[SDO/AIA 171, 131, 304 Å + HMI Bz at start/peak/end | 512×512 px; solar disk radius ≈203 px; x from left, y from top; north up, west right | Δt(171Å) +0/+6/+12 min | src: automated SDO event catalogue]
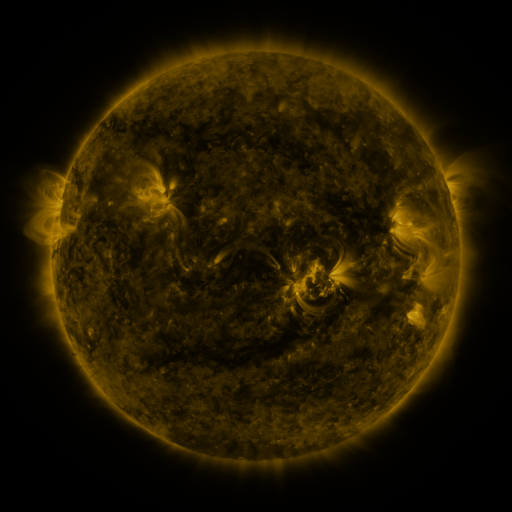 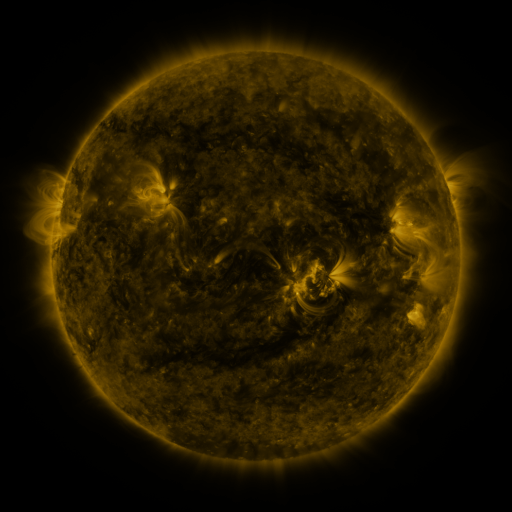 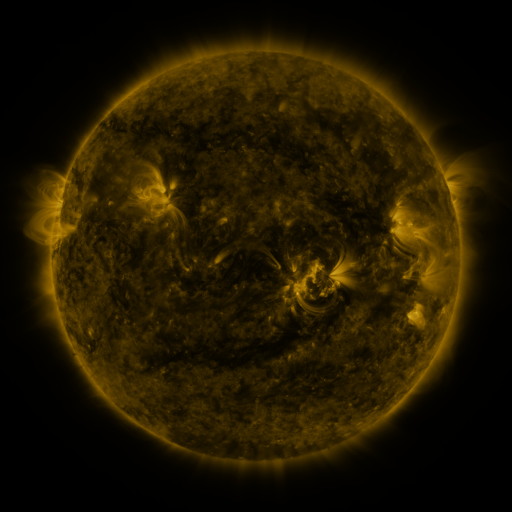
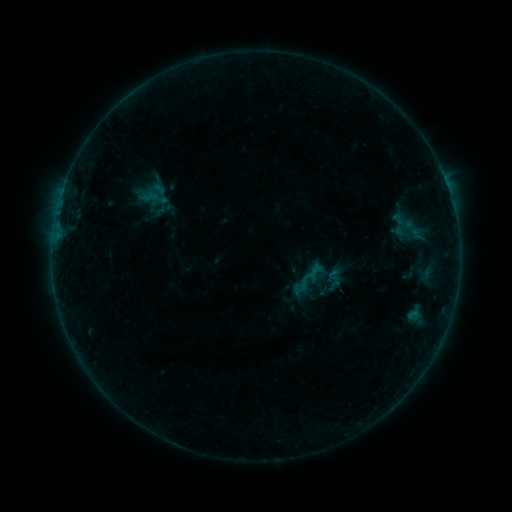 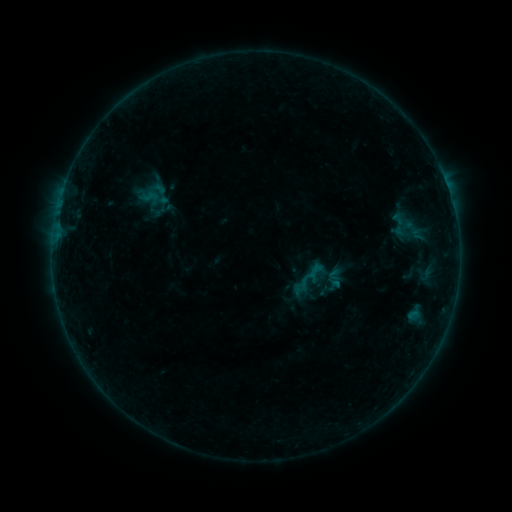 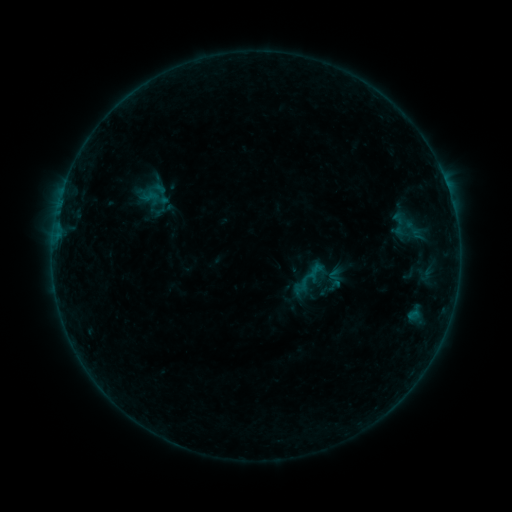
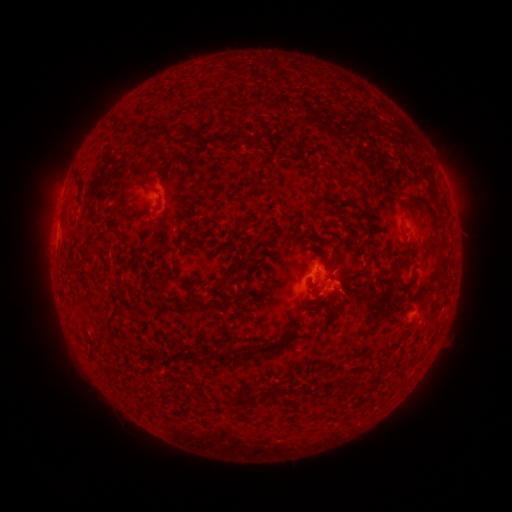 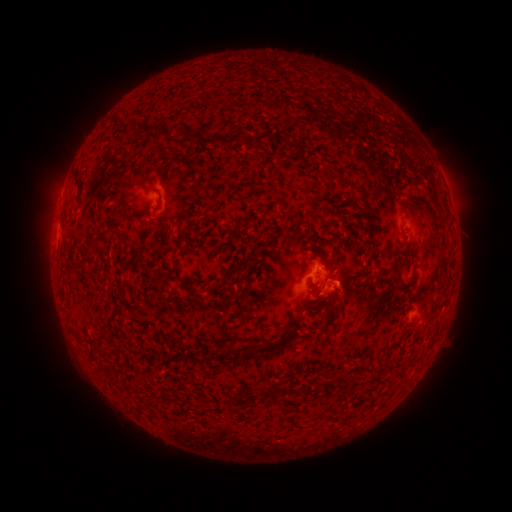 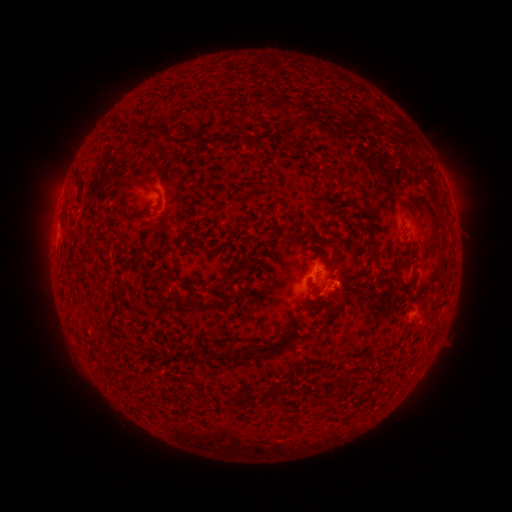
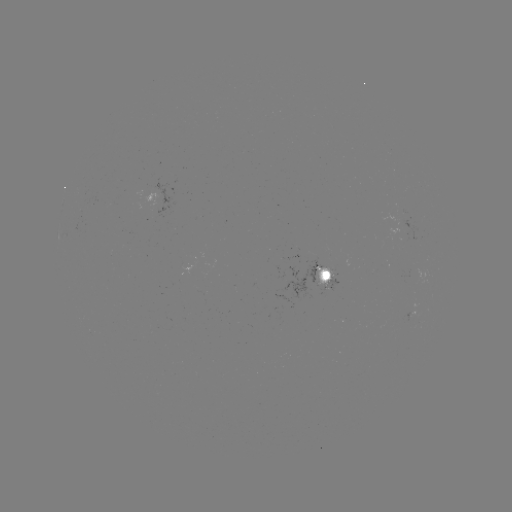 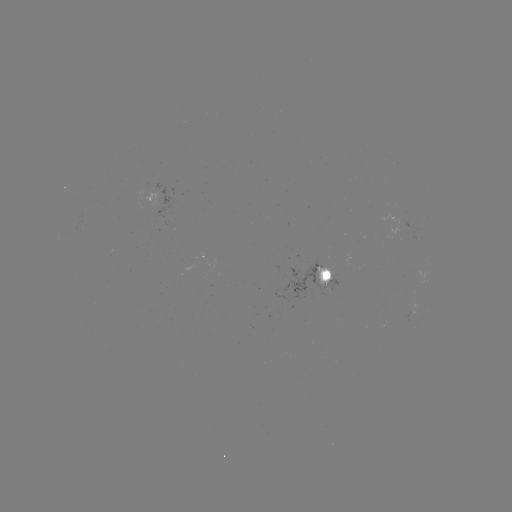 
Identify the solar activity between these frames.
B2.4 flare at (334, 281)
